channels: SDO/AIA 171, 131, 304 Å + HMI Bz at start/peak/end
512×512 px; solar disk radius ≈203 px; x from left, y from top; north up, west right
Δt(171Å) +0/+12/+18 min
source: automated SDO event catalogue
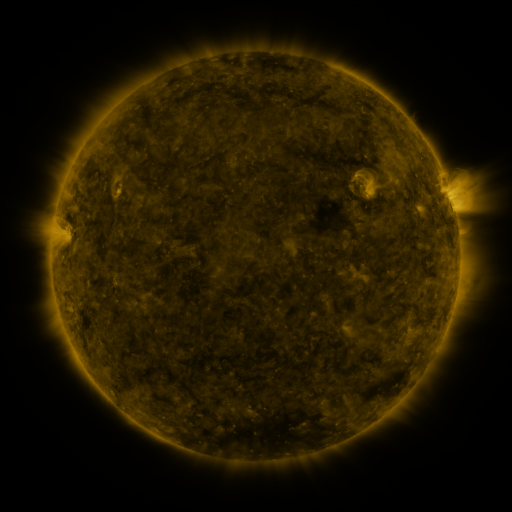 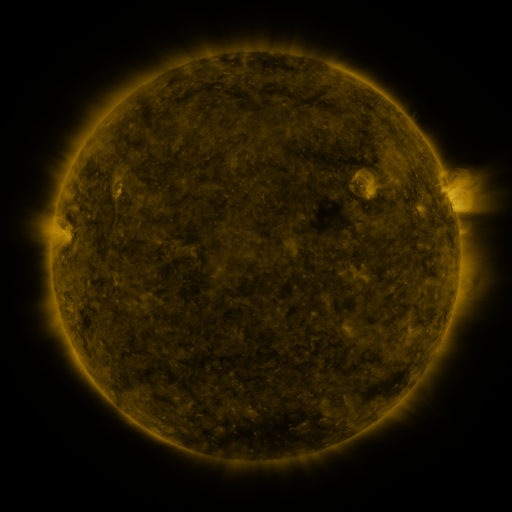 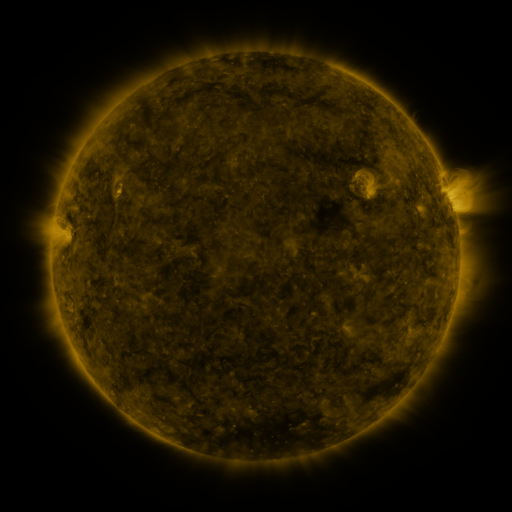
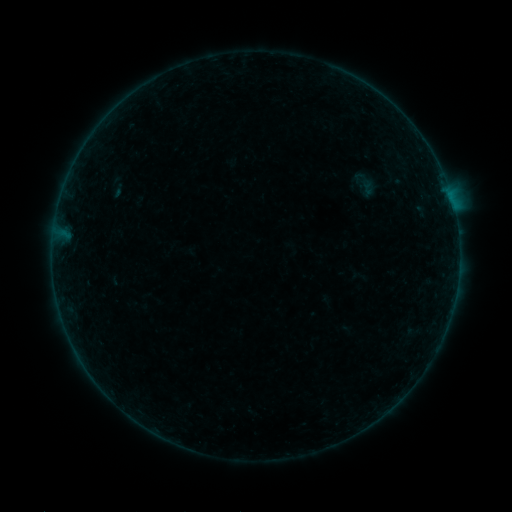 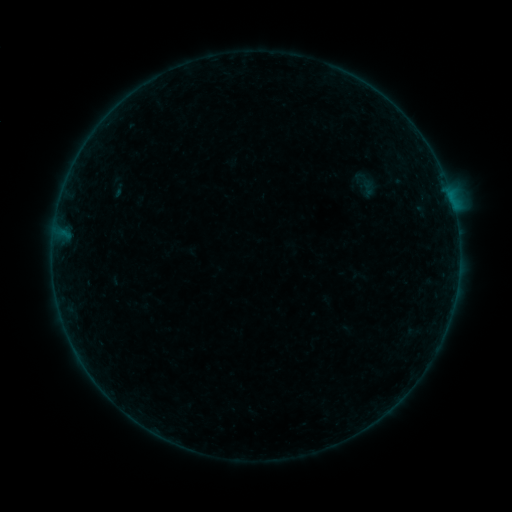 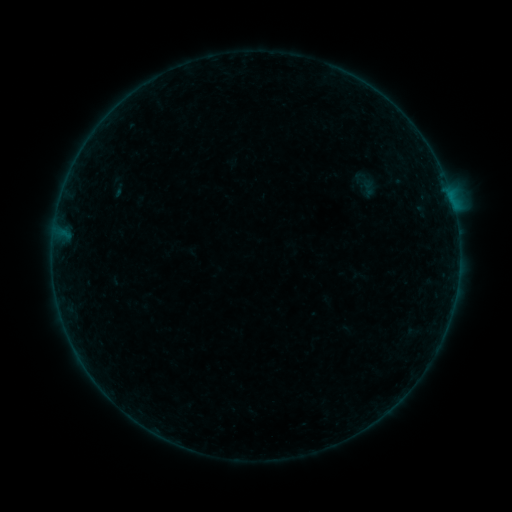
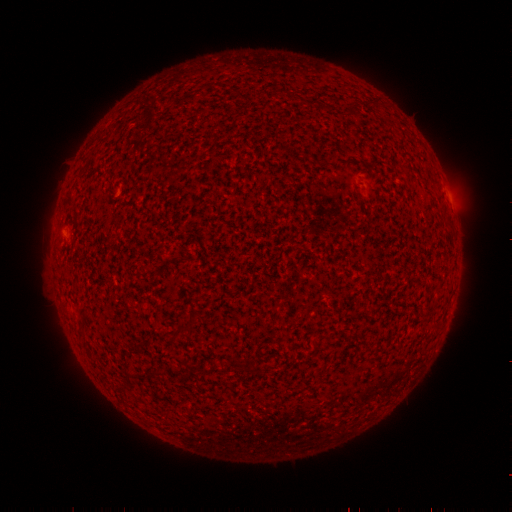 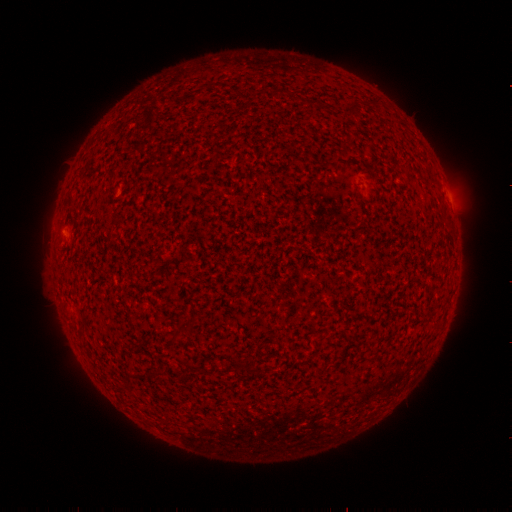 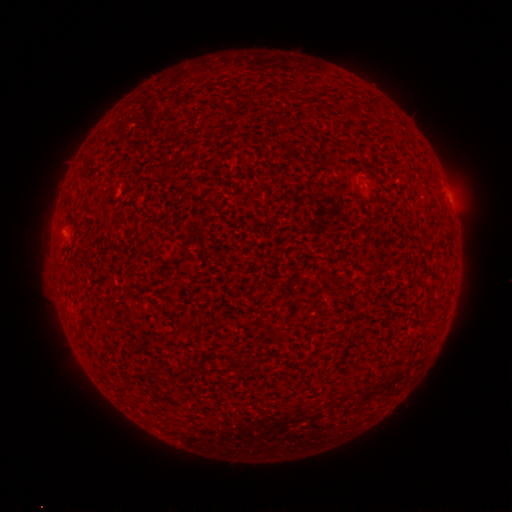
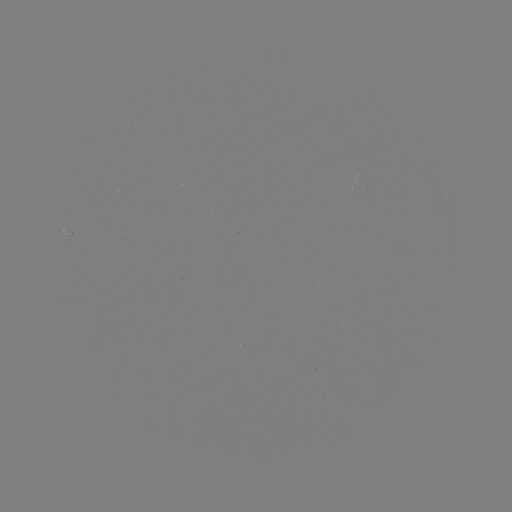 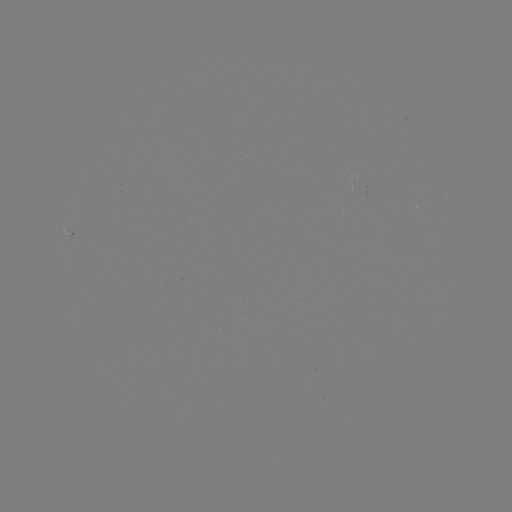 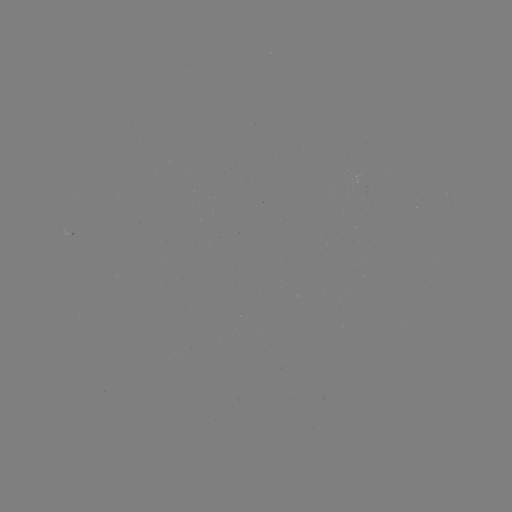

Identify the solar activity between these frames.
no flare in any classed list; no EUV-trigger detection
